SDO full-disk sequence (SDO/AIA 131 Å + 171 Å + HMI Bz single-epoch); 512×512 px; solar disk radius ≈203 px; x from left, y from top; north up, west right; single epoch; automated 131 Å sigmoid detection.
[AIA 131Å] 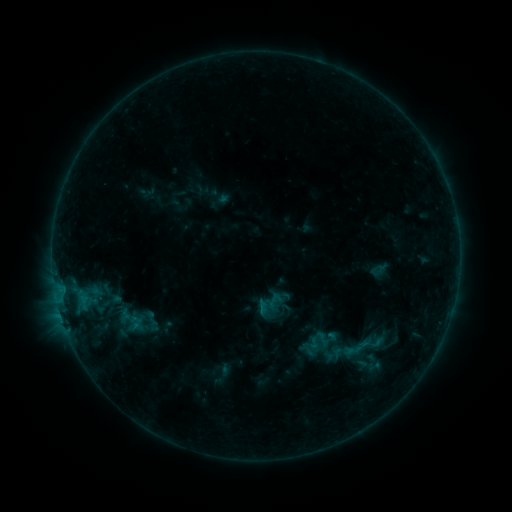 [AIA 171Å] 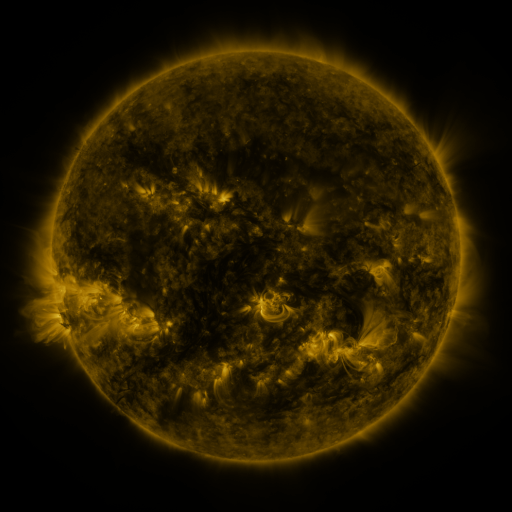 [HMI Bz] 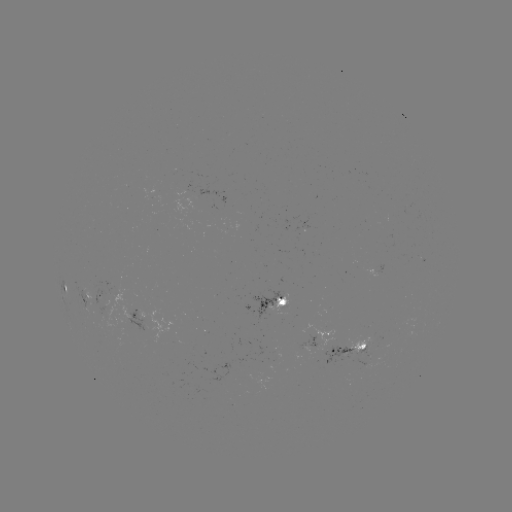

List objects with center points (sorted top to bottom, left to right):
sigmoid: (270, 304)
sigmoid: (358, 348)
